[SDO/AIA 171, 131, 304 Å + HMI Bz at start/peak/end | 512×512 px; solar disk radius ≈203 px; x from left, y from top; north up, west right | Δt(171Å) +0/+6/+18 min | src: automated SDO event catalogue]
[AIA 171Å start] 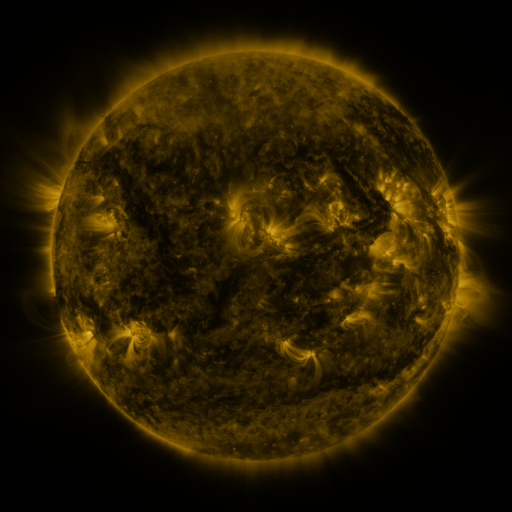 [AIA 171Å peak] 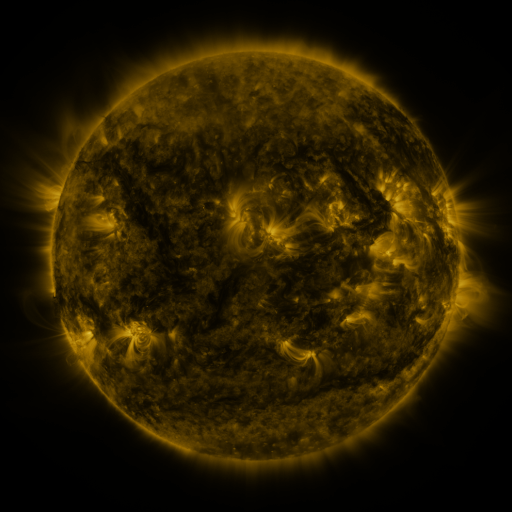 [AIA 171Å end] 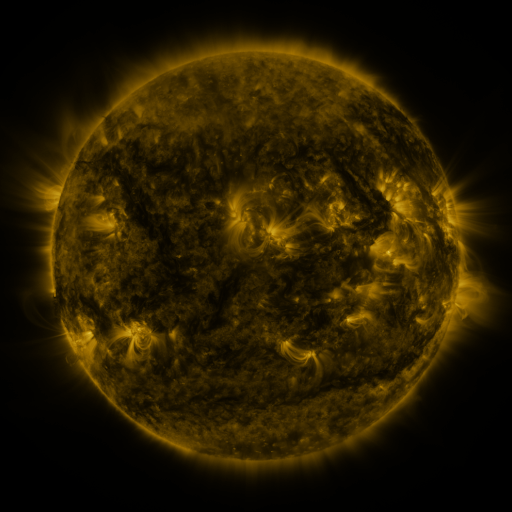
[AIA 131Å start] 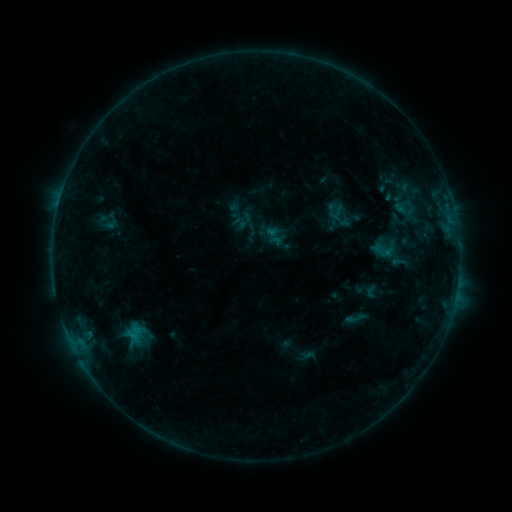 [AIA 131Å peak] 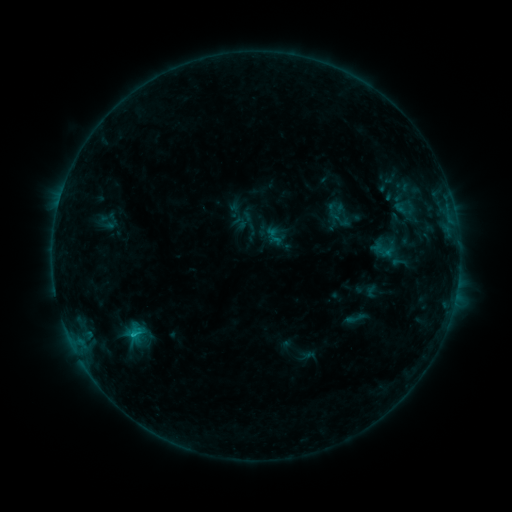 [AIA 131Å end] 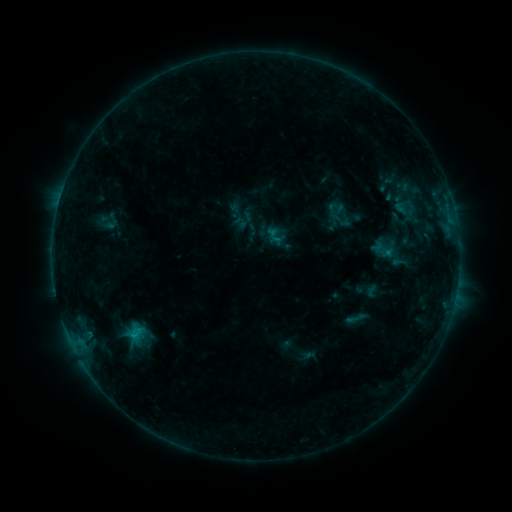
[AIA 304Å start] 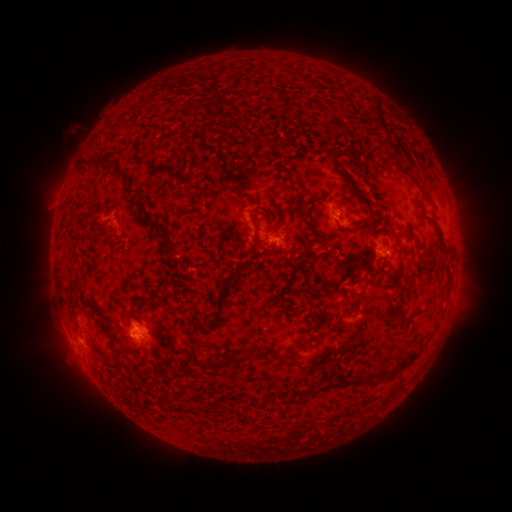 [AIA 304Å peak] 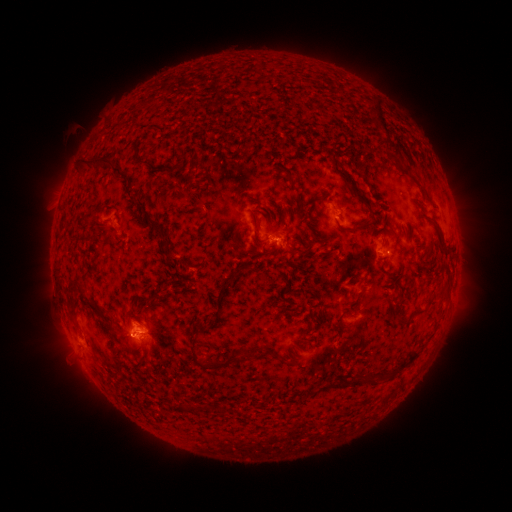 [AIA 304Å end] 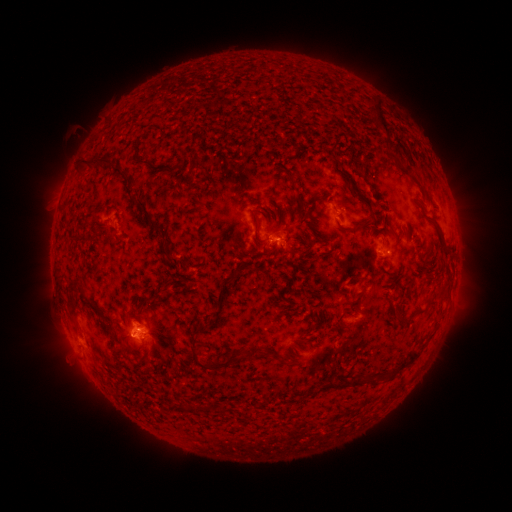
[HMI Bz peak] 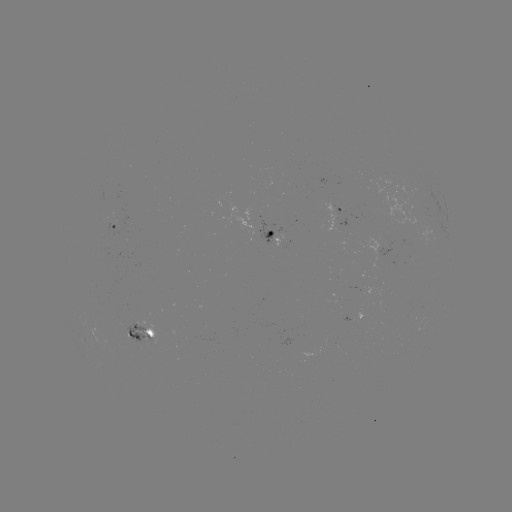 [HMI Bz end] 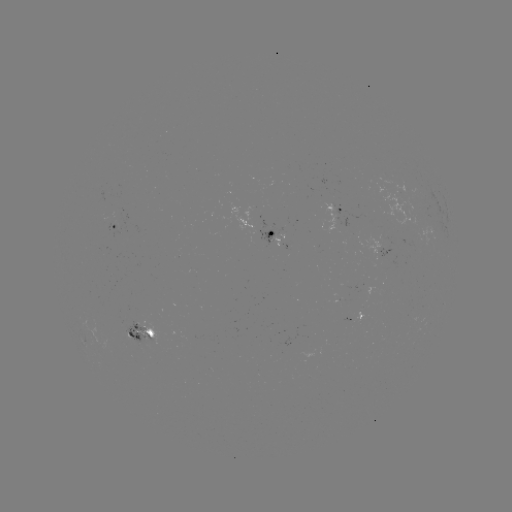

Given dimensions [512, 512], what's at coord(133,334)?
B7.2 flare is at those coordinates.